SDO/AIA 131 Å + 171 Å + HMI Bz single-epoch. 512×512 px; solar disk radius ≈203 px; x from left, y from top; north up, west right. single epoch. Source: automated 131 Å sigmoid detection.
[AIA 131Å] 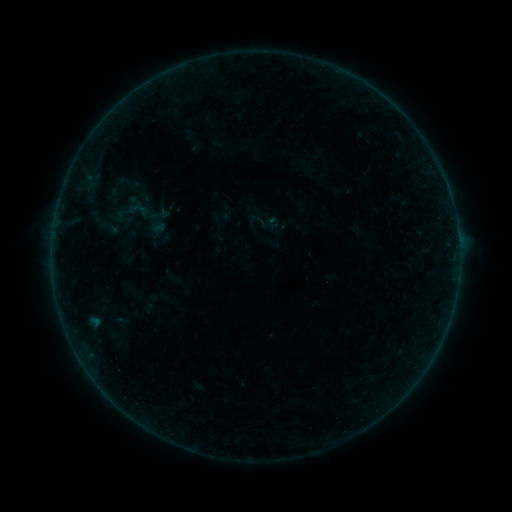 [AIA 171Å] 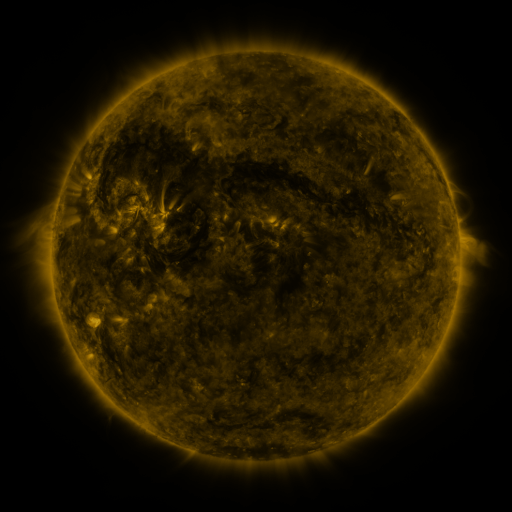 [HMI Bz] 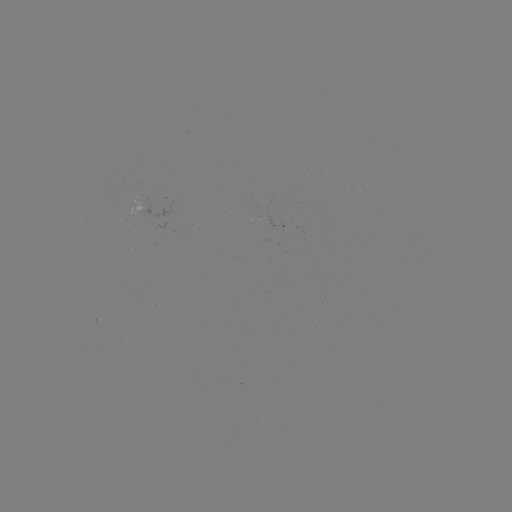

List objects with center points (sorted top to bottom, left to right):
sigmoid: (249, 211, 269, 230)
